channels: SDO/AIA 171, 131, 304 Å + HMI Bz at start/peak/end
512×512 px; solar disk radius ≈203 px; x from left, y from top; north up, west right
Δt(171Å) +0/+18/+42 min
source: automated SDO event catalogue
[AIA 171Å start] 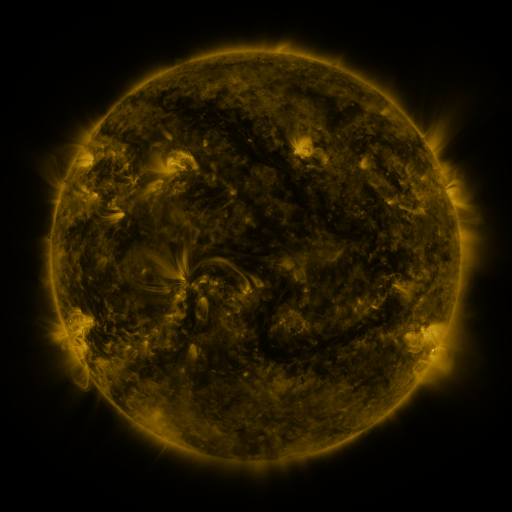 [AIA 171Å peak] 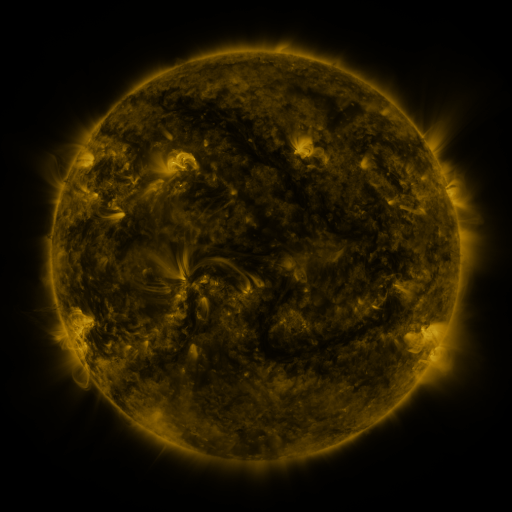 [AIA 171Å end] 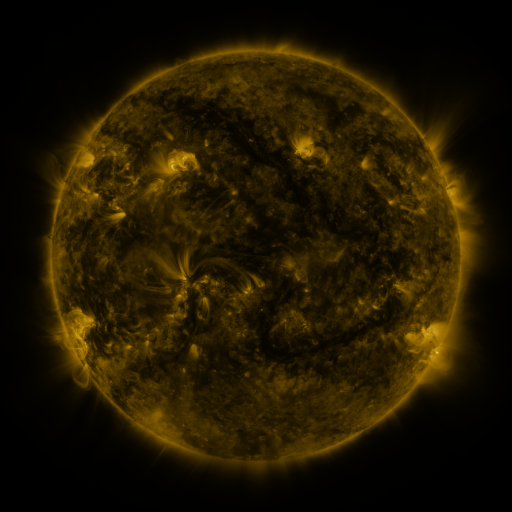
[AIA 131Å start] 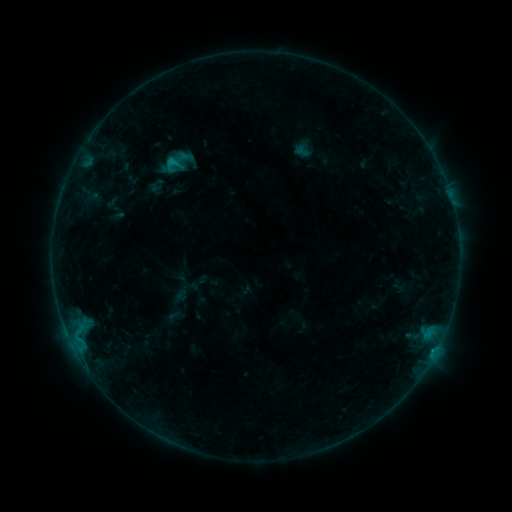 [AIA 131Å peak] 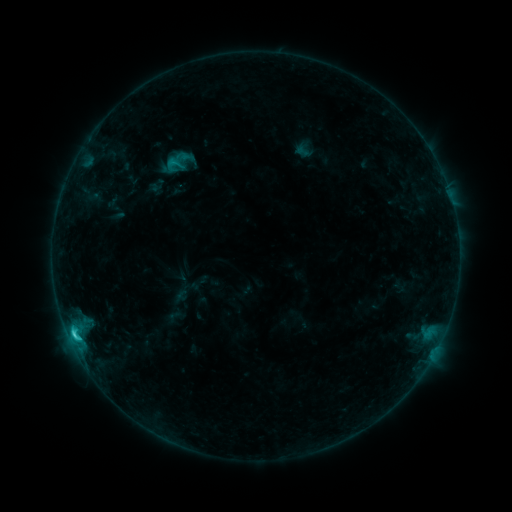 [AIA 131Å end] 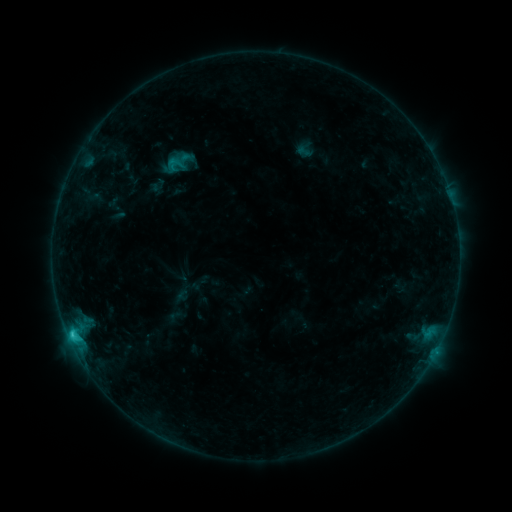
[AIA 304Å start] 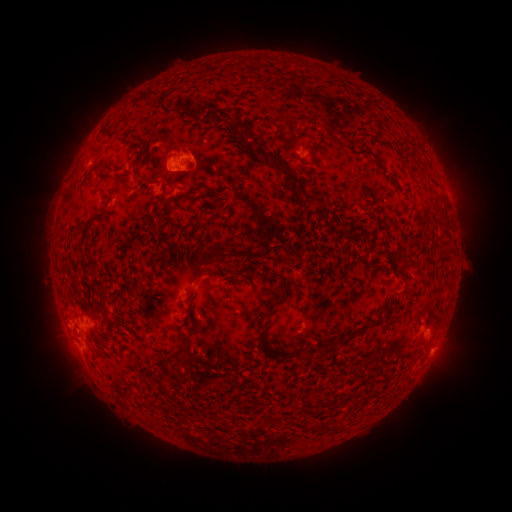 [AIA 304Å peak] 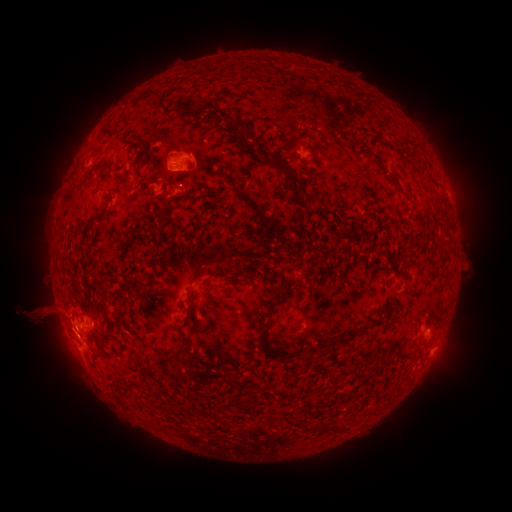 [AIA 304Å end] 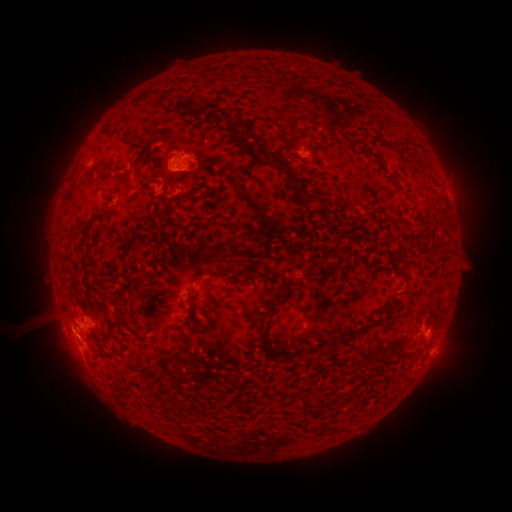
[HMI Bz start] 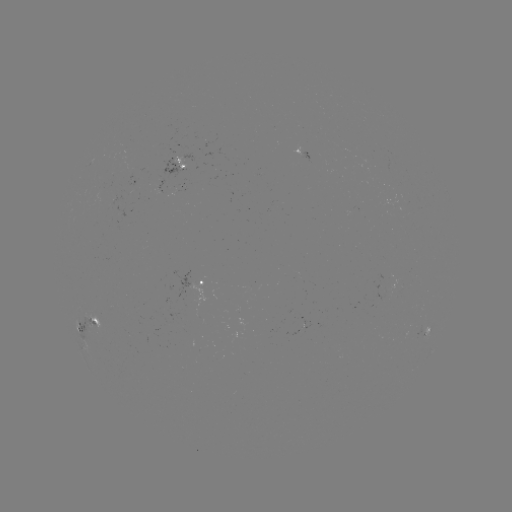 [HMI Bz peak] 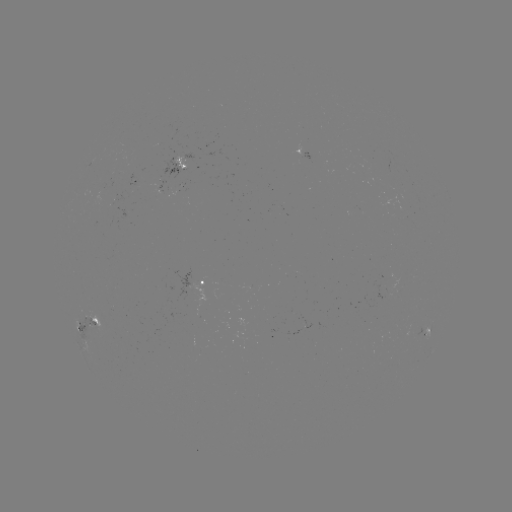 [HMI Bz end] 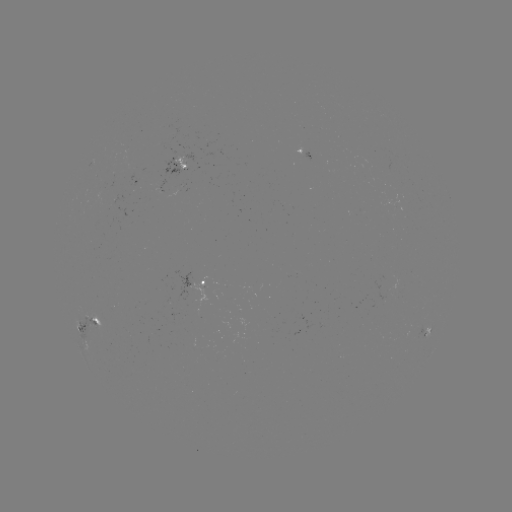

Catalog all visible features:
C2.5 flare: (74, 333)
